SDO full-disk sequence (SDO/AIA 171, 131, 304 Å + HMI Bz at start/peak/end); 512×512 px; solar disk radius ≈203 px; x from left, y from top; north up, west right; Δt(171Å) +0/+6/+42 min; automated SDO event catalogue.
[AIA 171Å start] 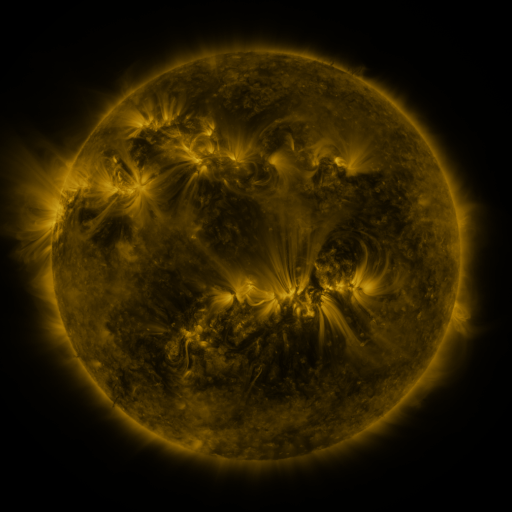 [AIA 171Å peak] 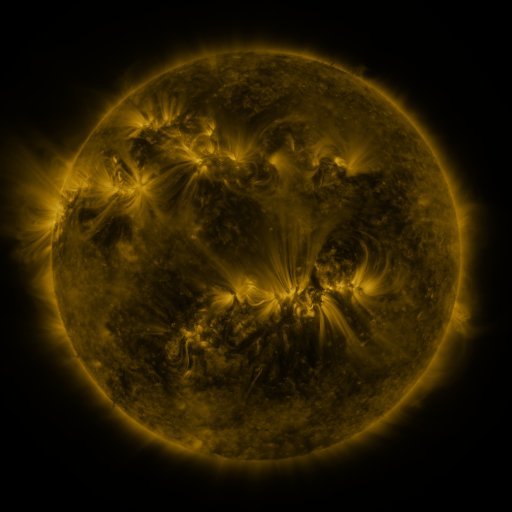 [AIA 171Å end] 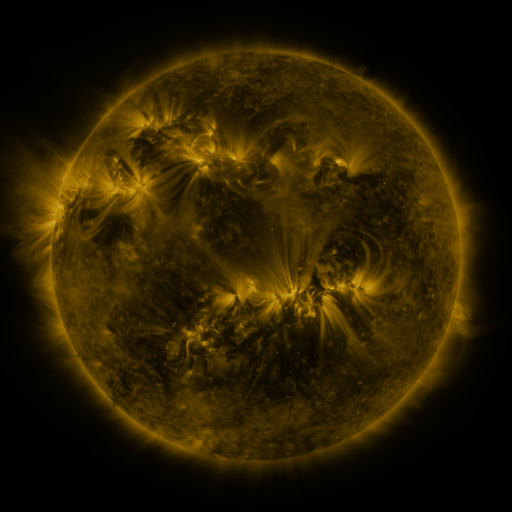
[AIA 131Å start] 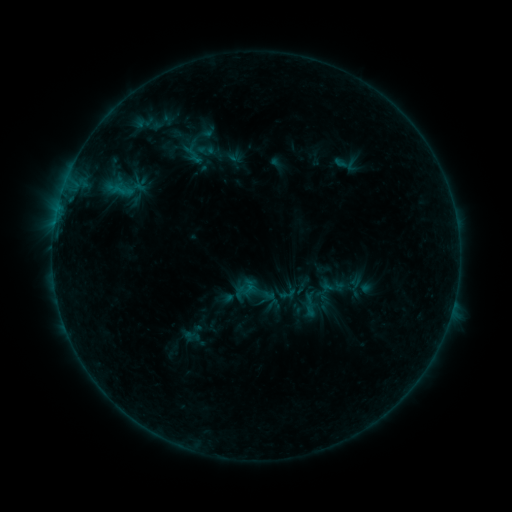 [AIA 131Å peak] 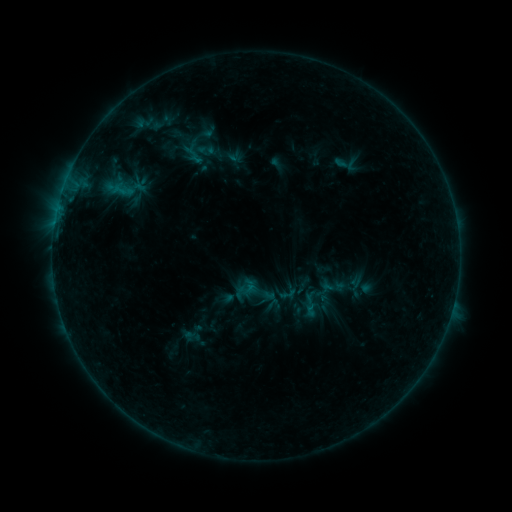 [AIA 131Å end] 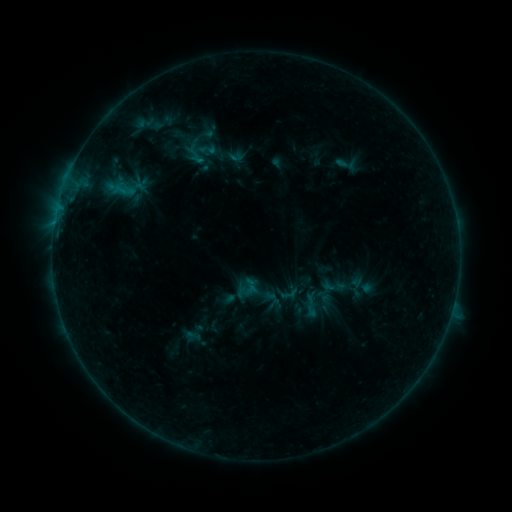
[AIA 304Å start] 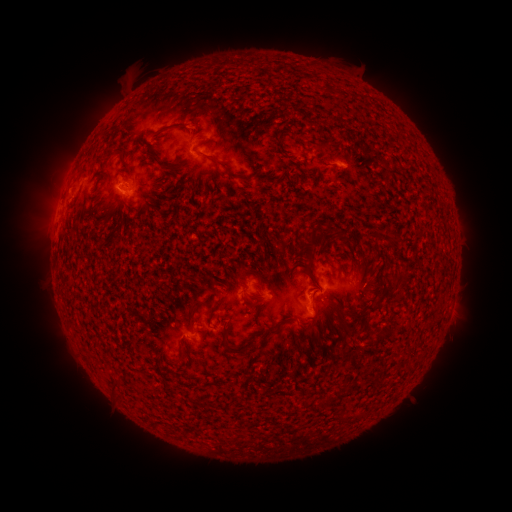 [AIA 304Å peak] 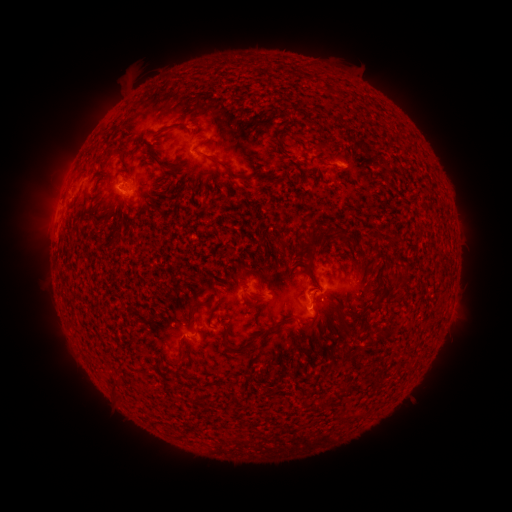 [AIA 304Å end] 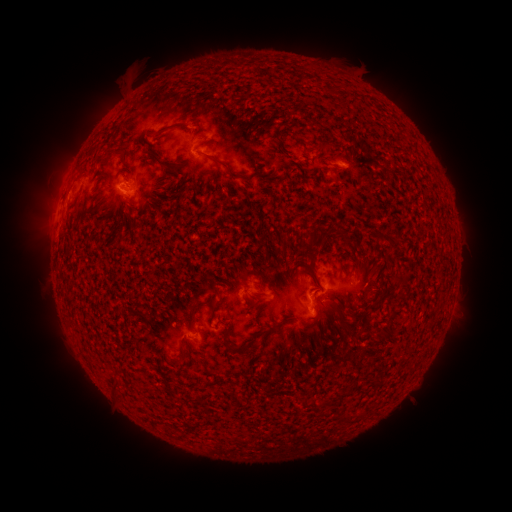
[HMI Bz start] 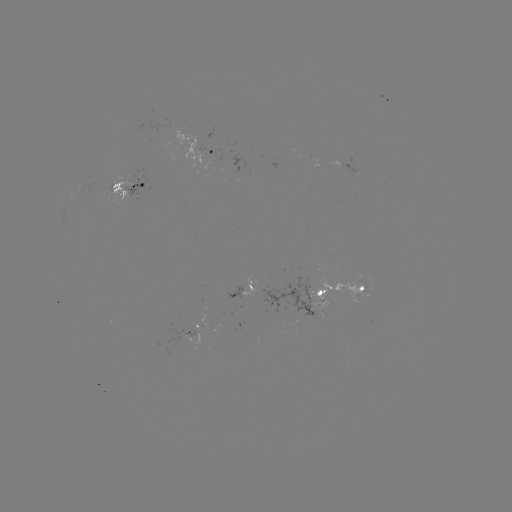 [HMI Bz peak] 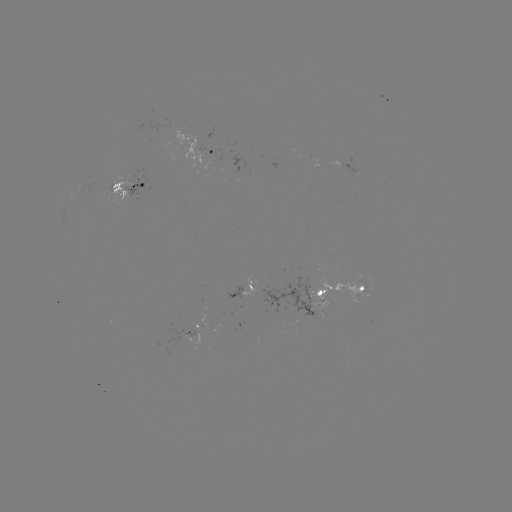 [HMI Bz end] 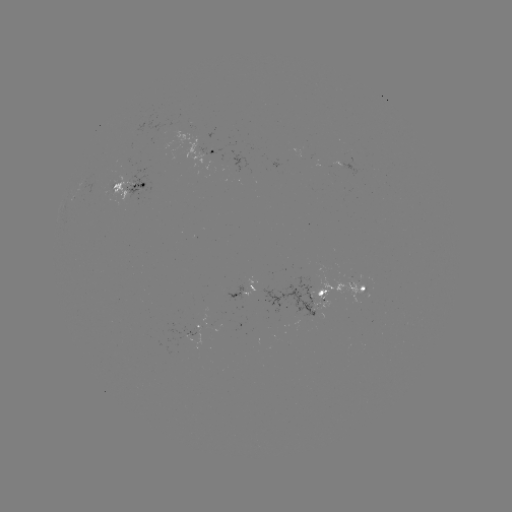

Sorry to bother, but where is emerging-flux region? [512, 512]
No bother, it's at (324, 300).